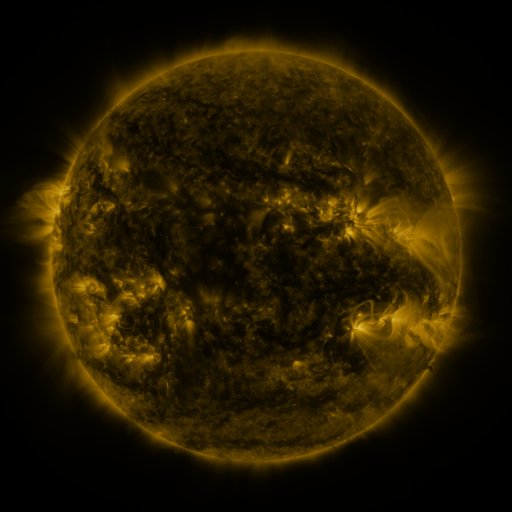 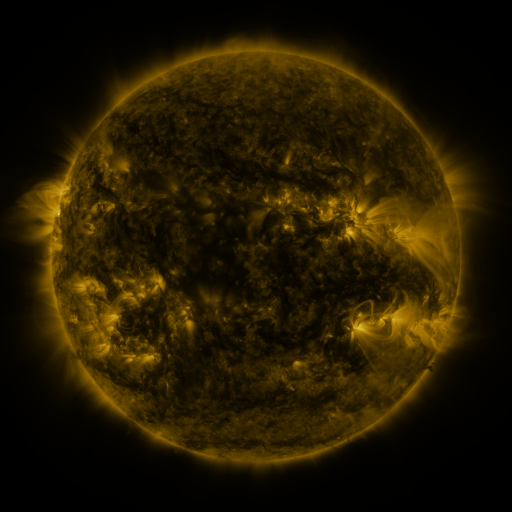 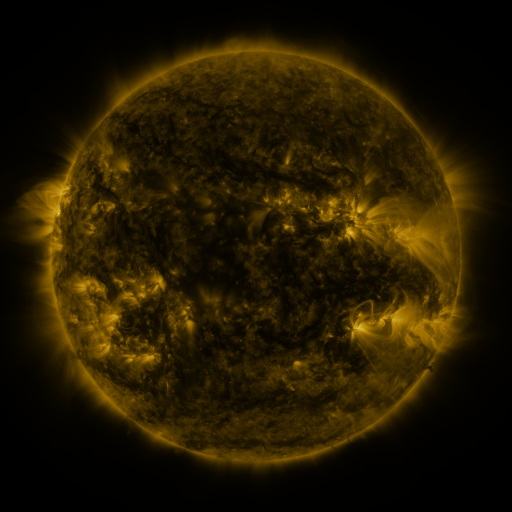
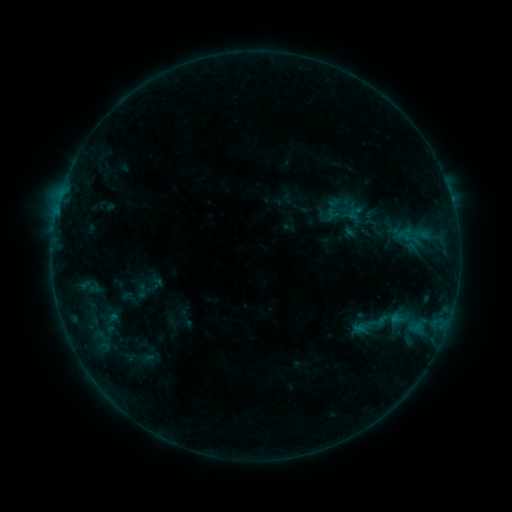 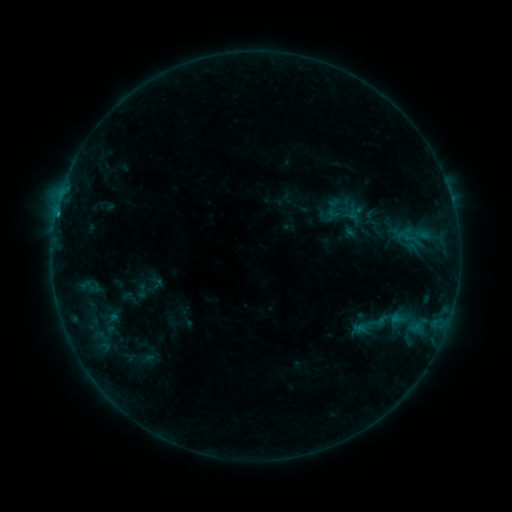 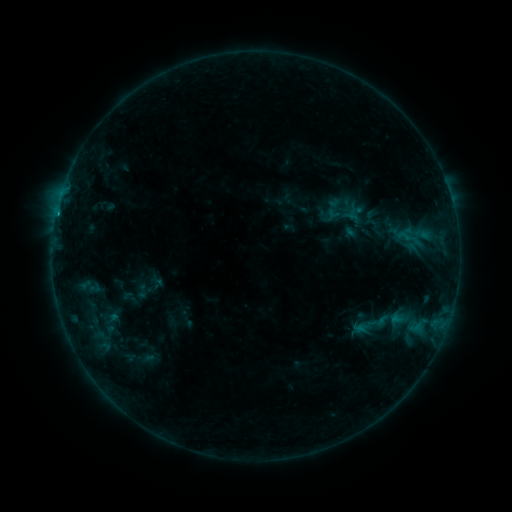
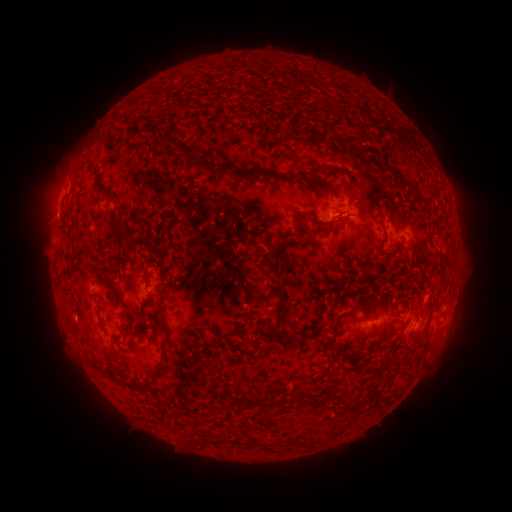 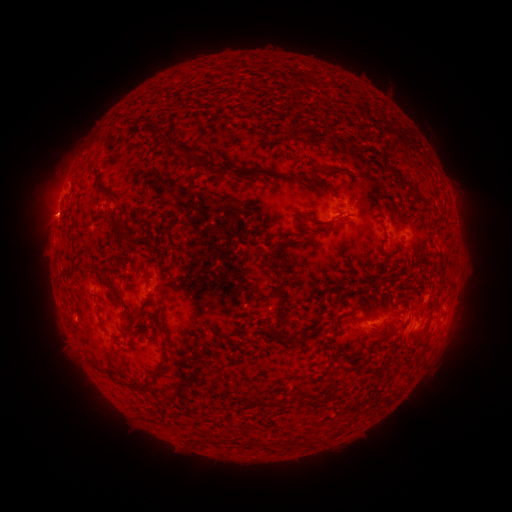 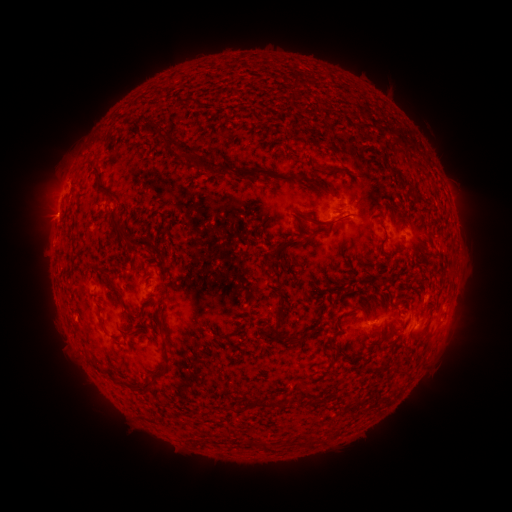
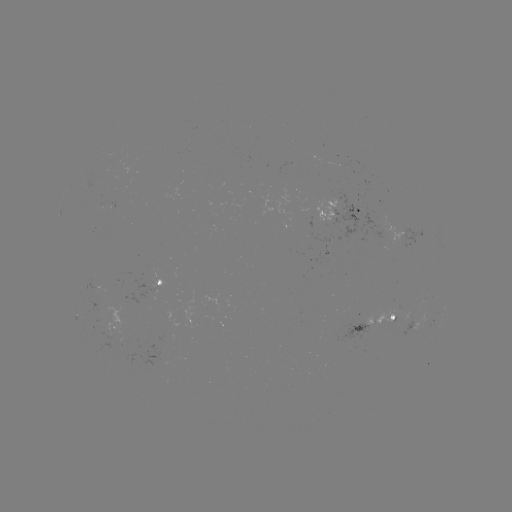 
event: flare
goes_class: B8.2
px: (57, 216)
